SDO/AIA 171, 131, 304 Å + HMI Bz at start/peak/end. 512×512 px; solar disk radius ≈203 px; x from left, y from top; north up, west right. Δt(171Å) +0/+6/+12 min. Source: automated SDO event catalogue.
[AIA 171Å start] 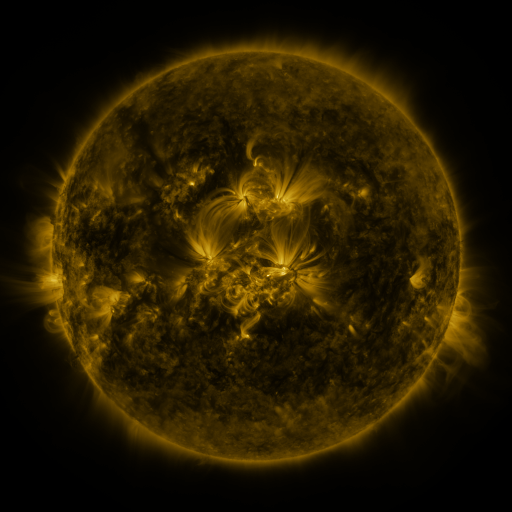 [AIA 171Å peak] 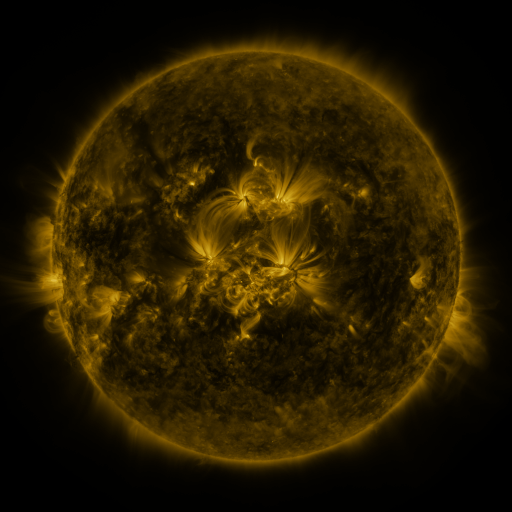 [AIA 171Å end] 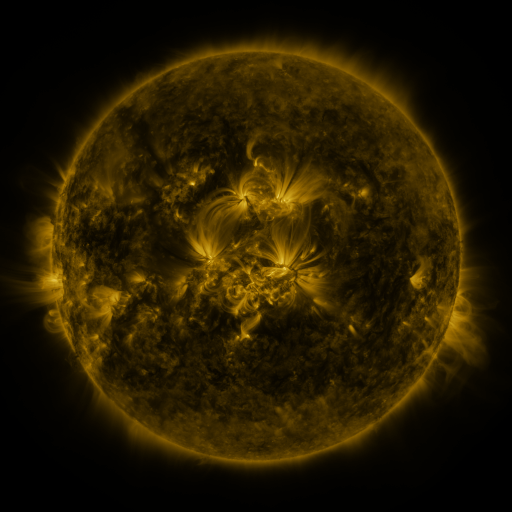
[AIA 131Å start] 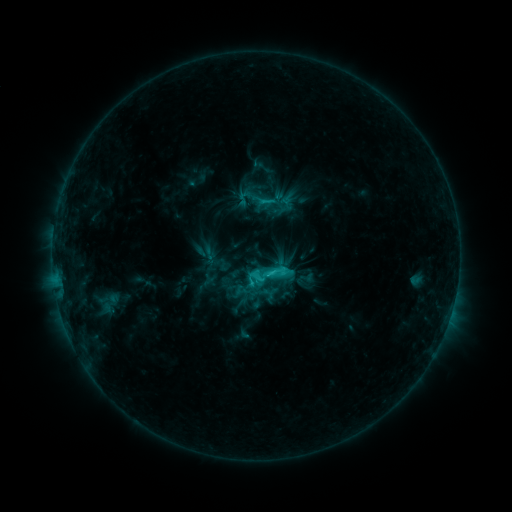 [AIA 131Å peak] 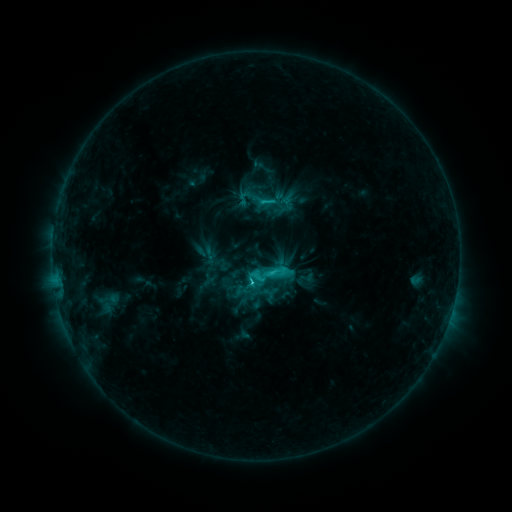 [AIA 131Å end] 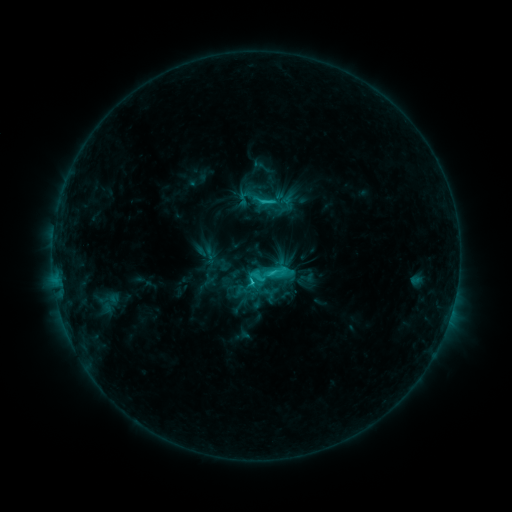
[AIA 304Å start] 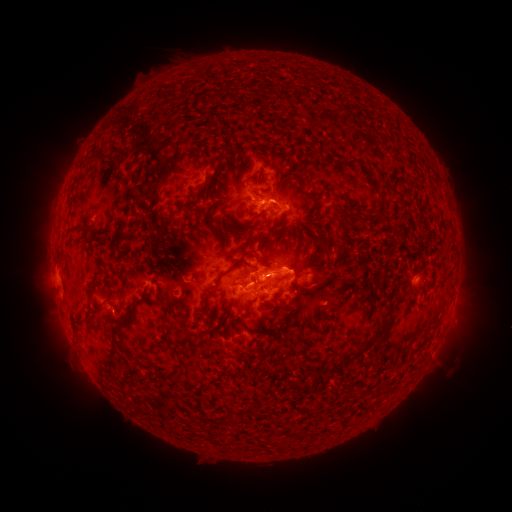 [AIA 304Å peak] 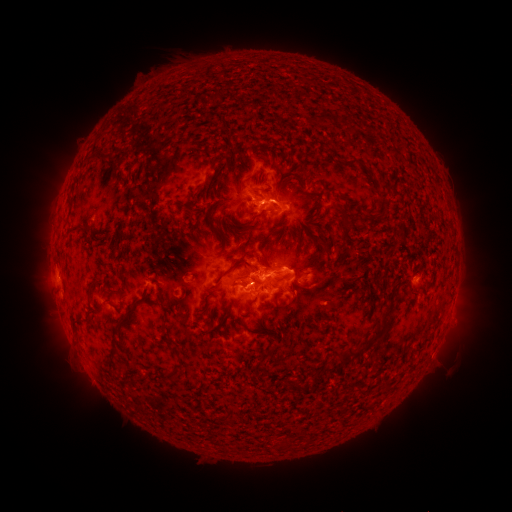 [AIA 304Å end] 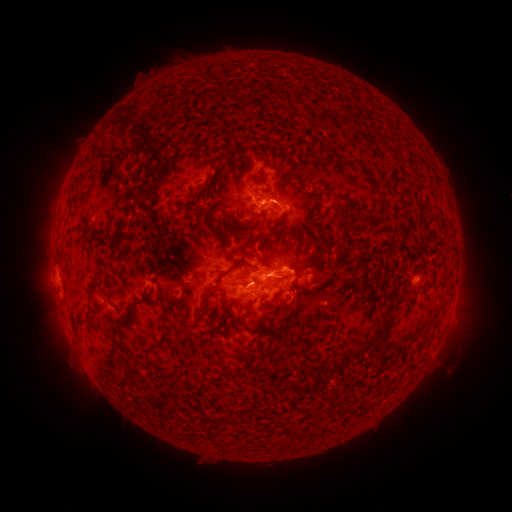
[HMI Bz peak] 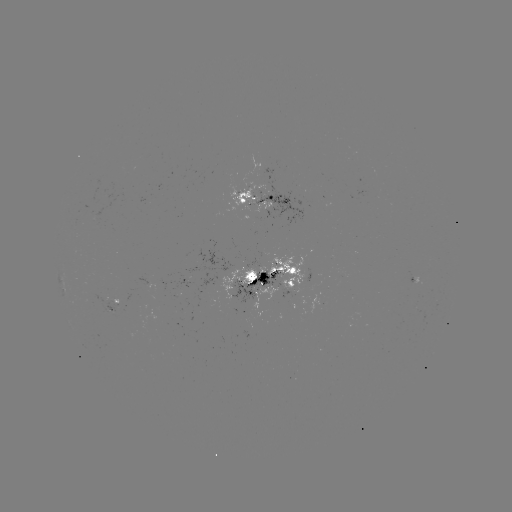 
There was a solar flare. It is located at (256, 280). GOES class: C4.4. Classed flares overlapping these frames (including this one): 1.